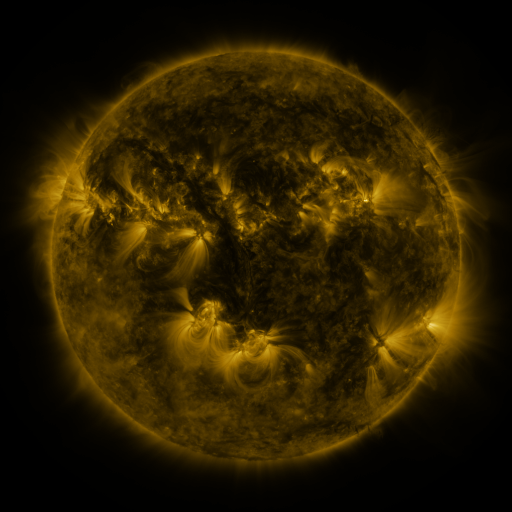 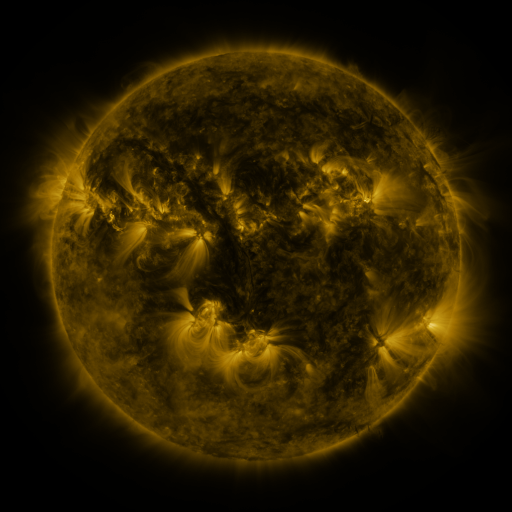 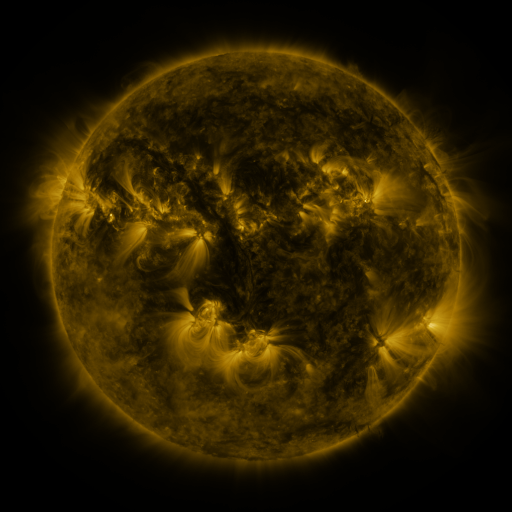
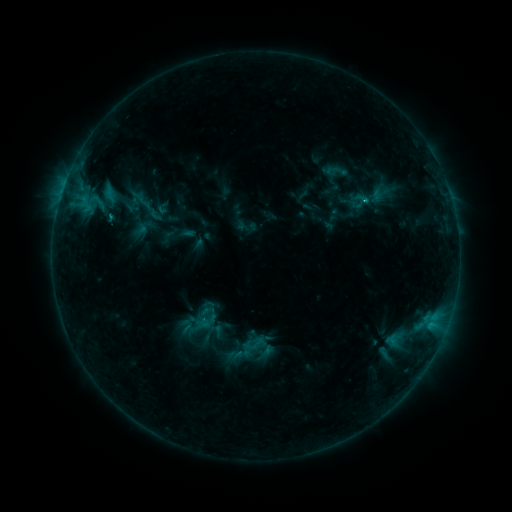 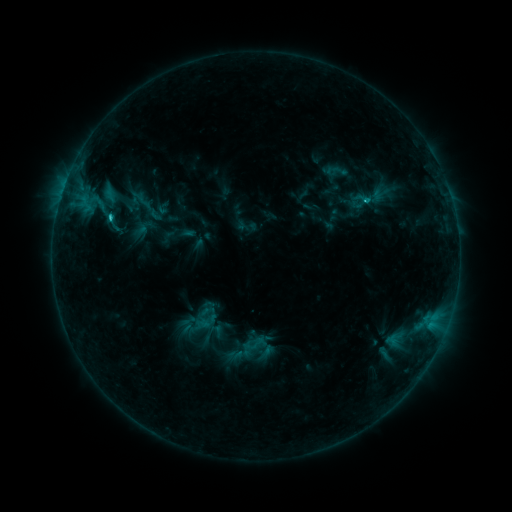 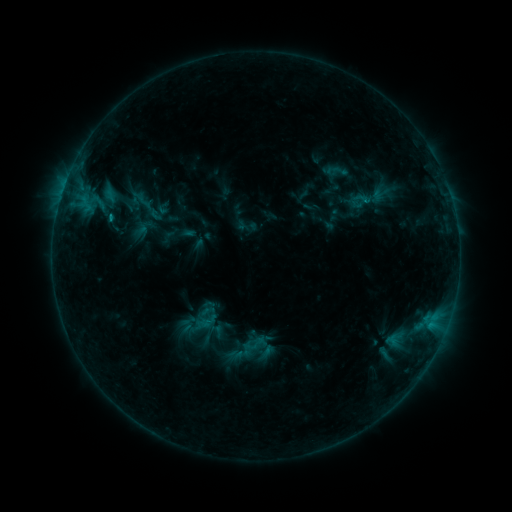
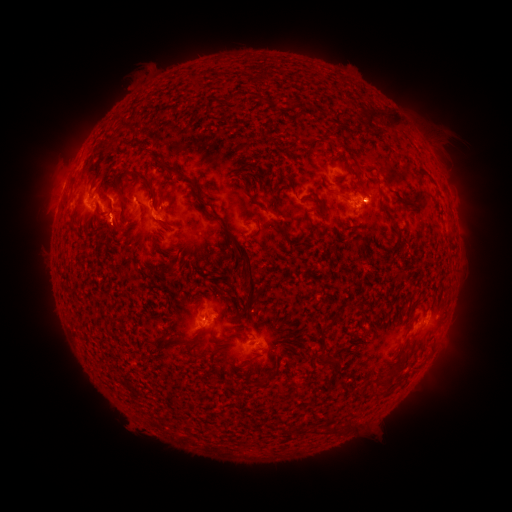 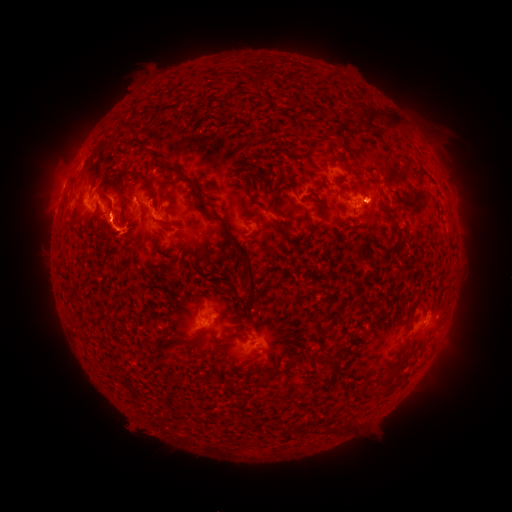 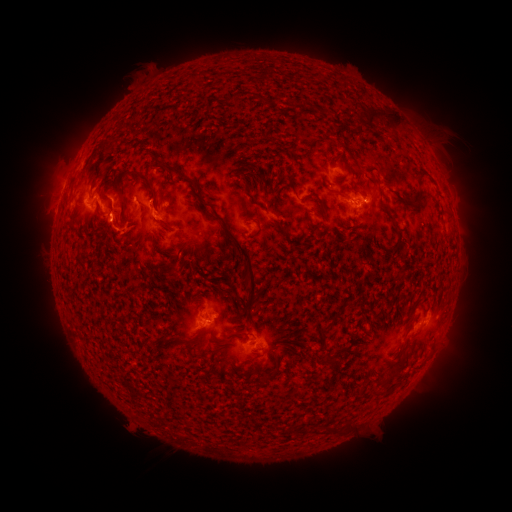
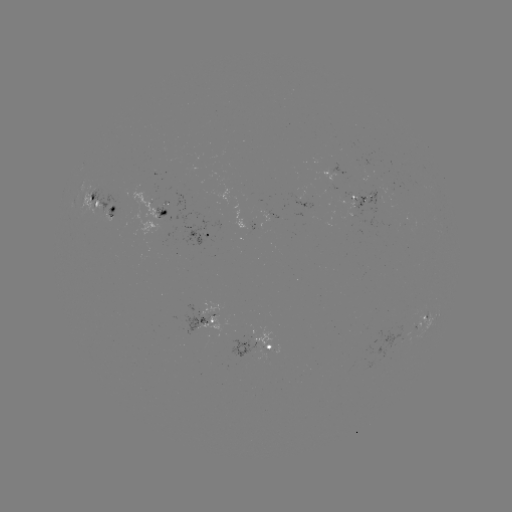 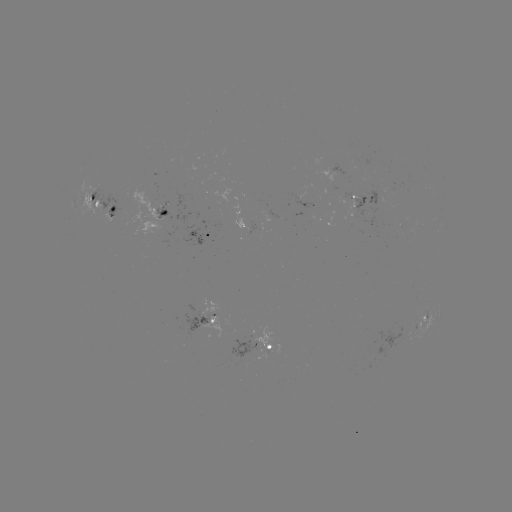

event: flare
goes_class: C1.9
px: (109, 221)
